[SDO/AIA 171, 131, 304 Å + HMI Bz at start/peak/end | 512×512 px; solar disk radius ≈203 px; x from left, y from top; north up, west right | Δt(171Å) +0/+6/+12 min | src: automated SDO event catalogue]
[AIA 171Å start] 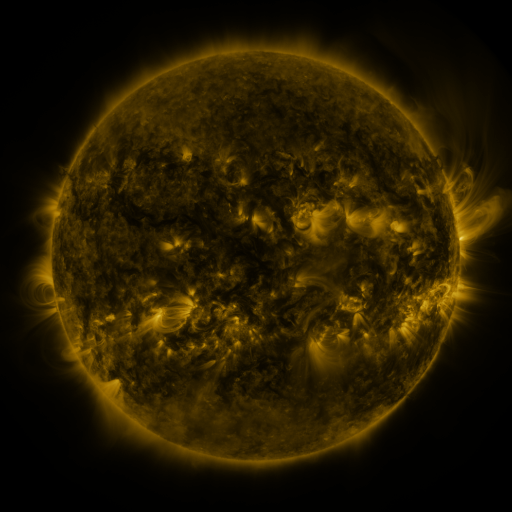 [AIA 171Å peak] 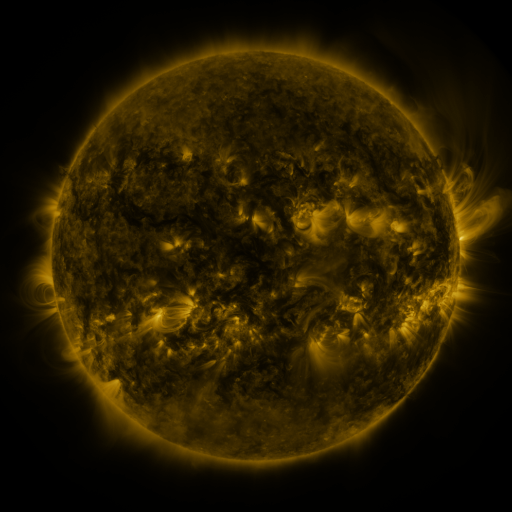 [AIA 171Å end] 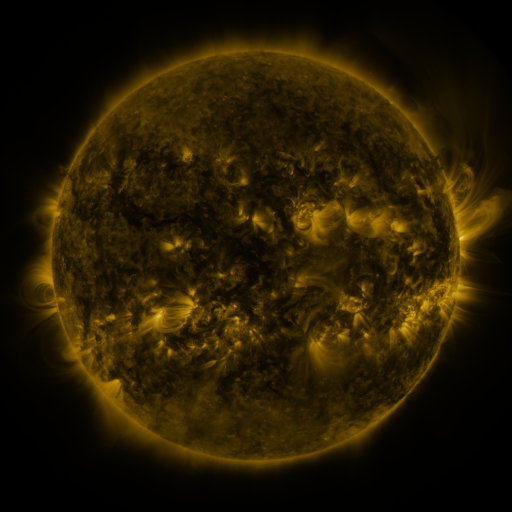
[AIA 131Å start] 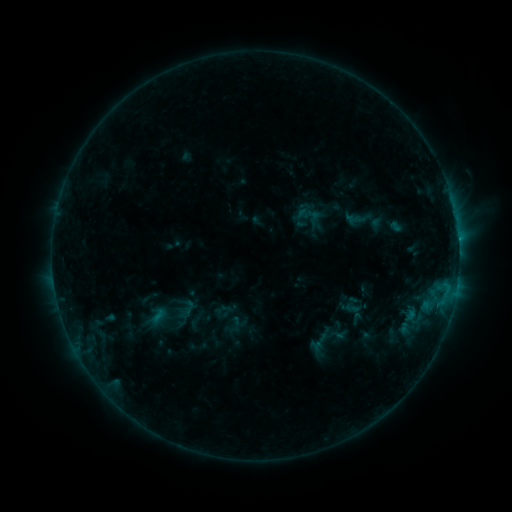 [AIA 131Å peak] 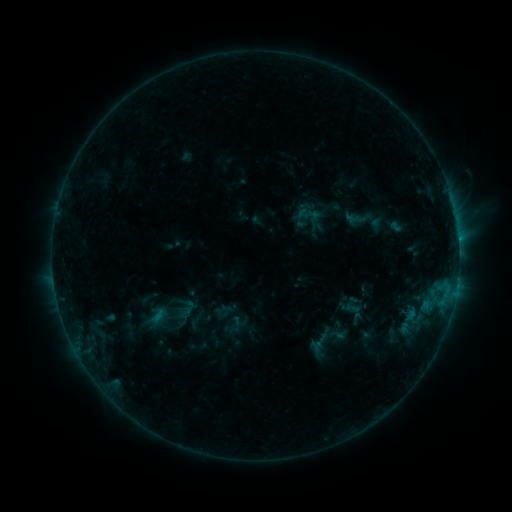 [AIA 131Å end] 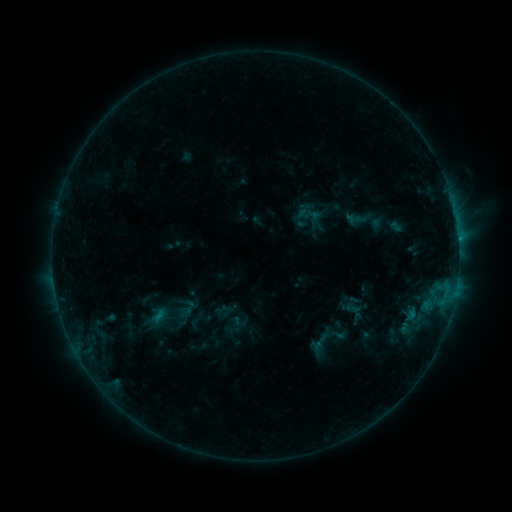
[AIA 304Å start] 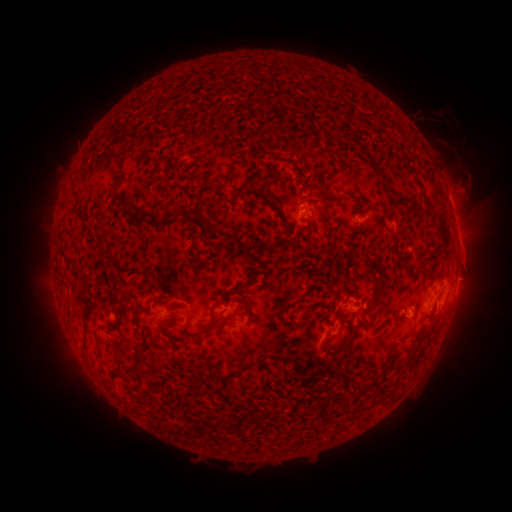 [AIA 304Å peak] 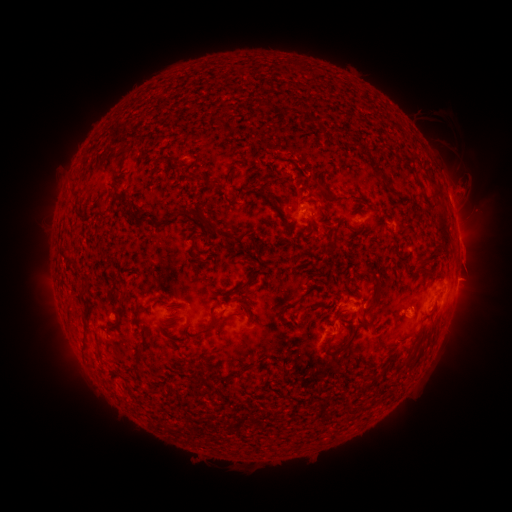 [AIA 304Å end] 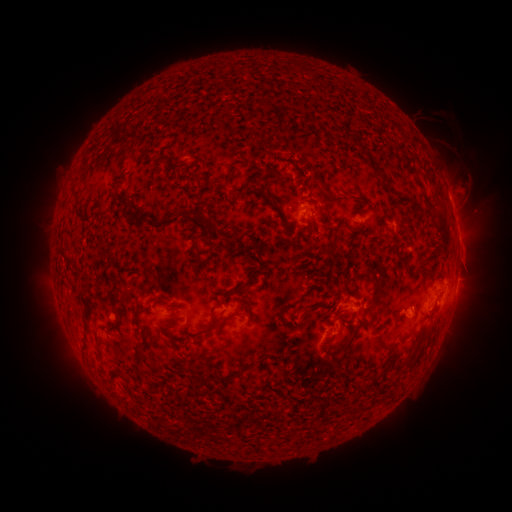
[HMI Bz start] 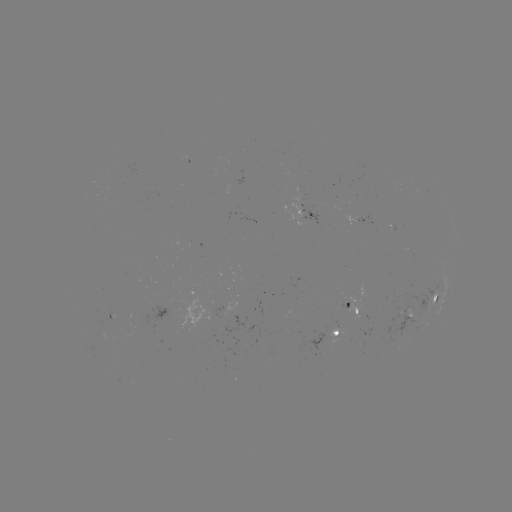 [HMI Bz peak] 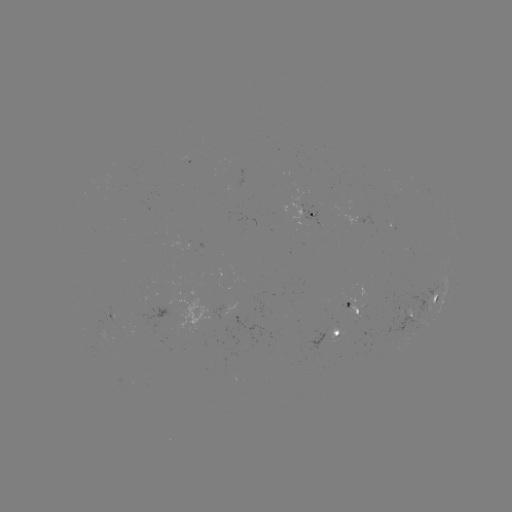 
no flare in any classed list; no EUV-trigger detection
